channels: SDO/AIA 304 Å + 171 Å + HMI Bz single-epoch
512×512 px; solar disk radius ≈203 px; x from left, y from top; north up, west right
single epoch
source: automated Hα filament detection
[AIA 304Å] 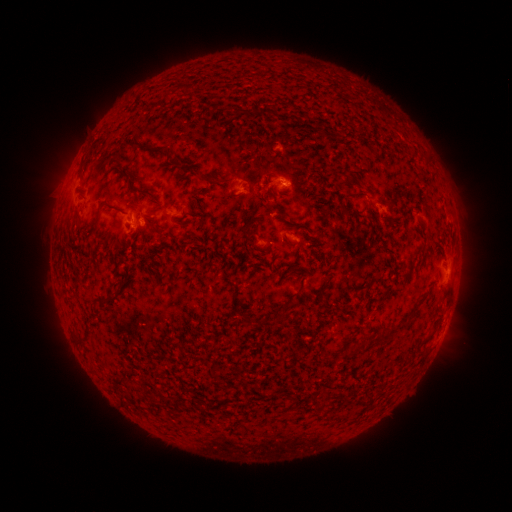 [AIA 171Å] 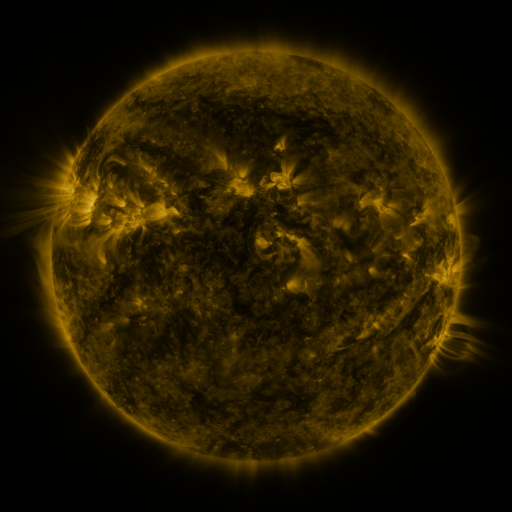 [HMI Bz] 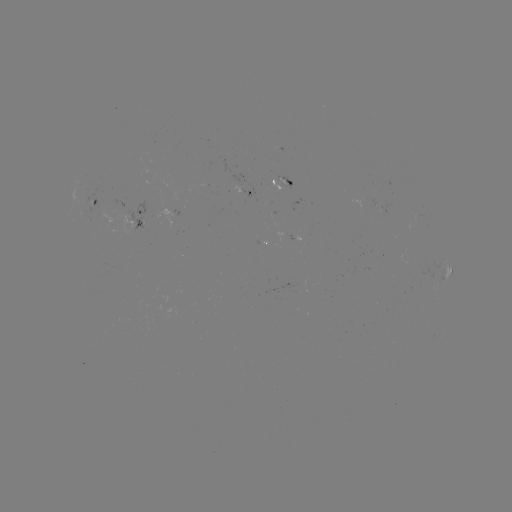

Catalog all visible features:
filament: [261, 106, 272, 114]
filament: [127, 140, 163, 154]
filament: [199, 173, 214, 183]
filament: [127, 179, 150, 196]
filament: [92, 199, 114, 234]
filament: [145, 220, 157, 228]
filament: [93, 294, 105, 303]
filament: [244, 315, 252, 326]
filament: [259, 317, 274, 327]
filament: [114, 373, 126, 385]
